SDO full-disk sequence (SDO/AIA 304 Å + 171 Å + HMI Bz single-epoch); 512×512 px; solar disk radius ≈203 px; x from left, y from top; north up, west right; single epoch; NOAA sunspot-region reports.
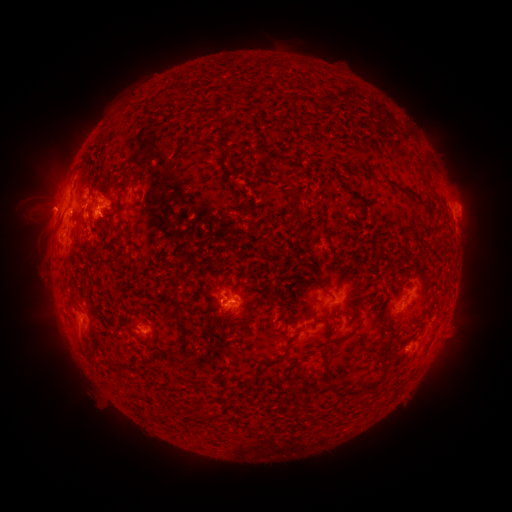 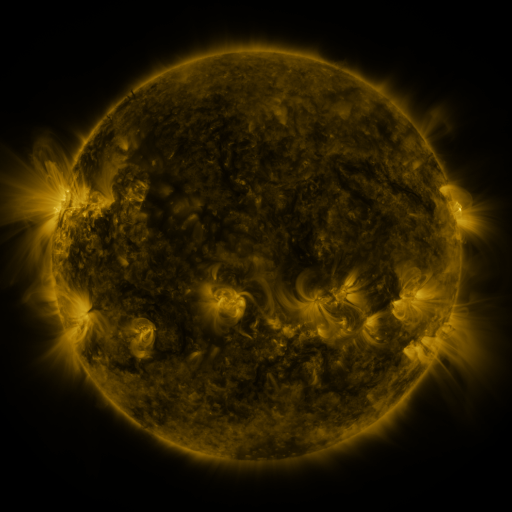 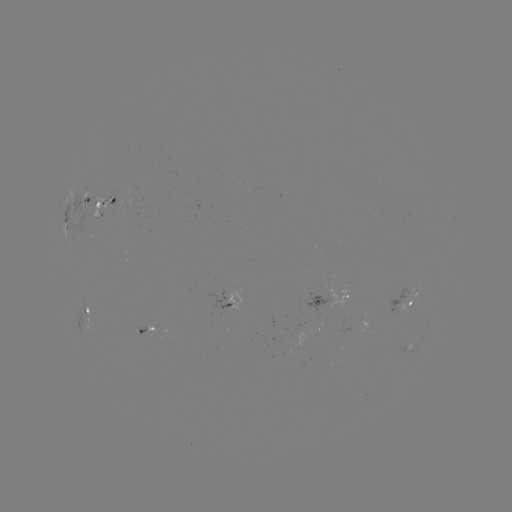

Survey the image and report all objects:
spotted active region: (88, 198)
spotted active region: (106, 205)
spotted active region: (67, 230)
spotted active region: (330, 300)
spotted active region: (405, 300)
spotted active region: (235, 303)
spotted active region: (93, 311)
spotted active region: (150, 330)
